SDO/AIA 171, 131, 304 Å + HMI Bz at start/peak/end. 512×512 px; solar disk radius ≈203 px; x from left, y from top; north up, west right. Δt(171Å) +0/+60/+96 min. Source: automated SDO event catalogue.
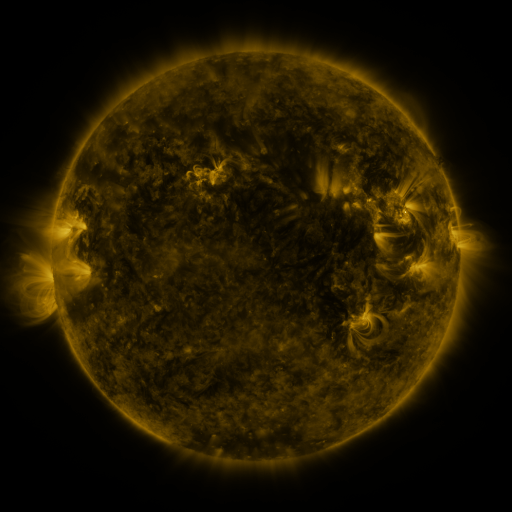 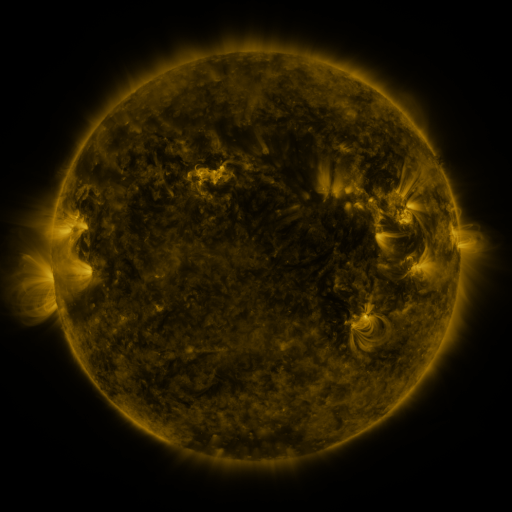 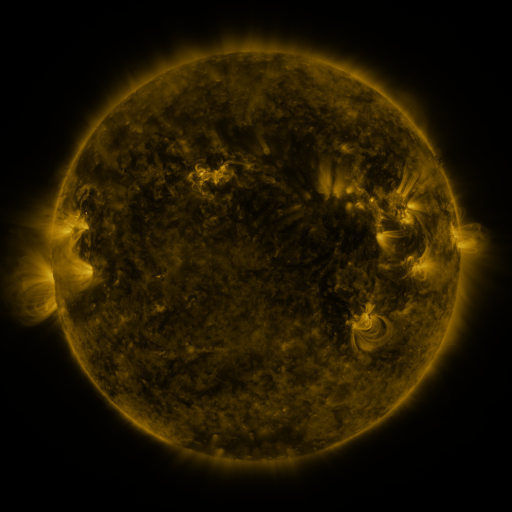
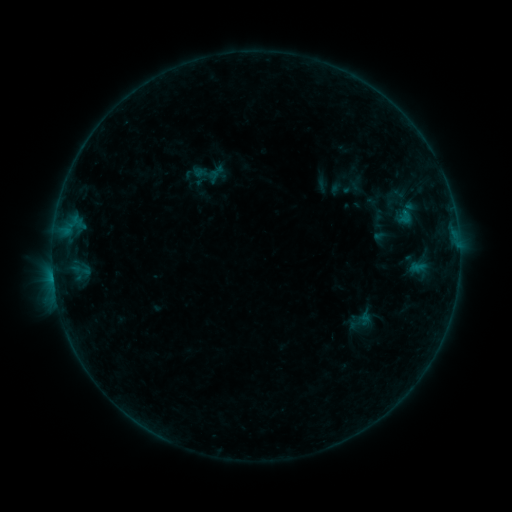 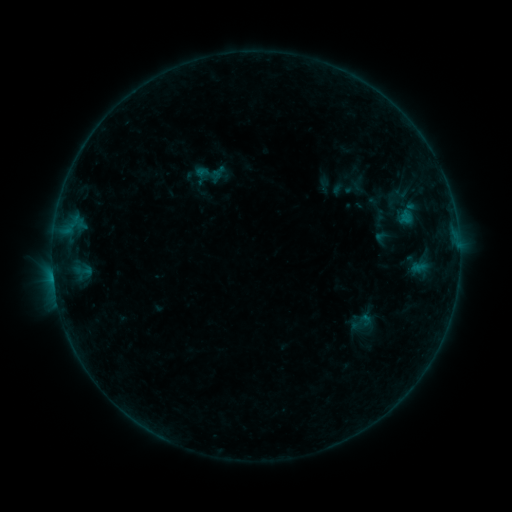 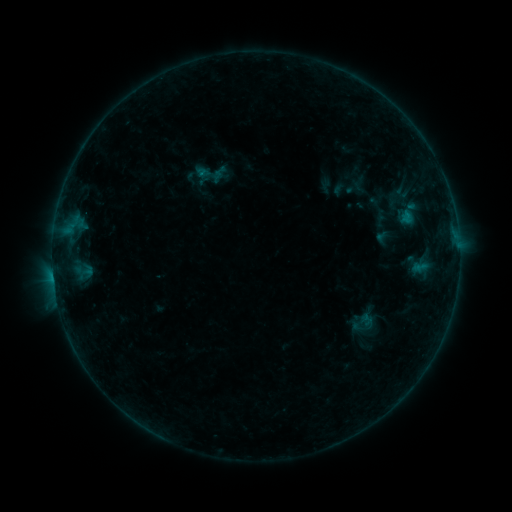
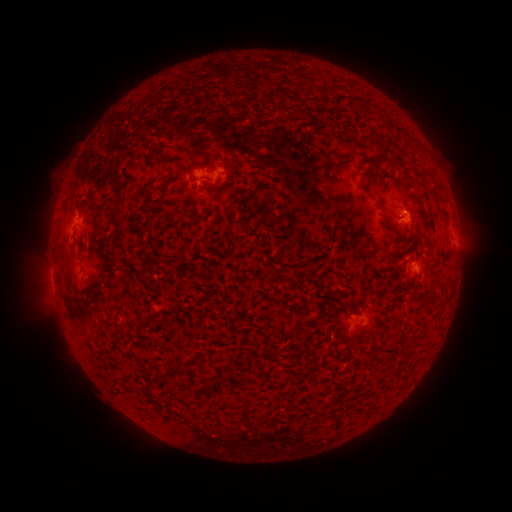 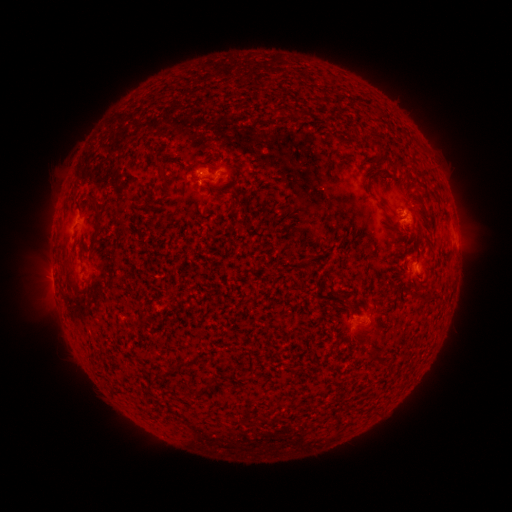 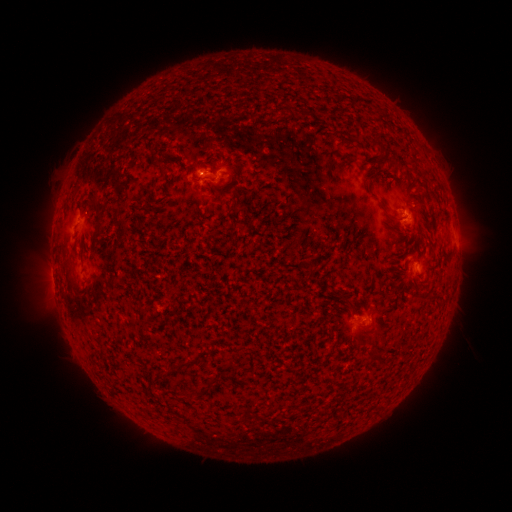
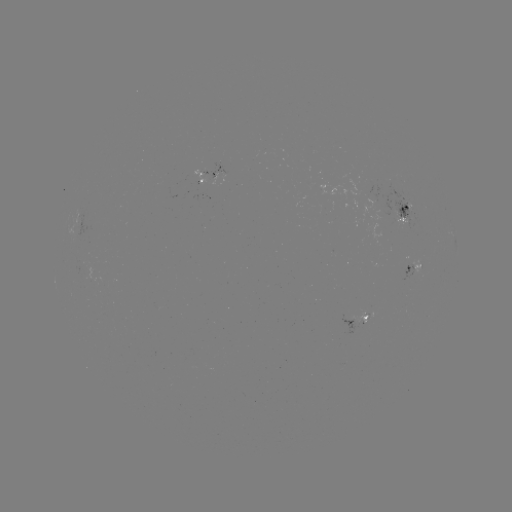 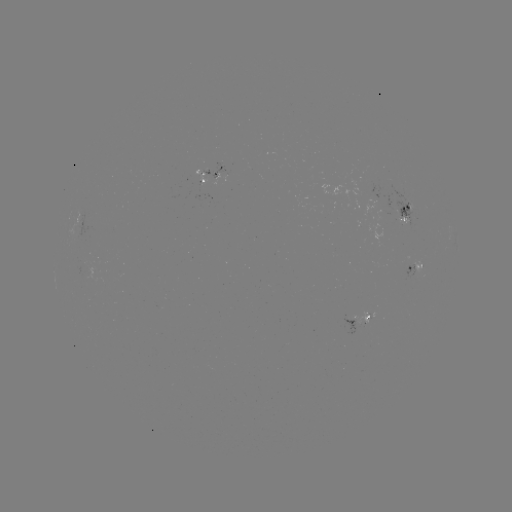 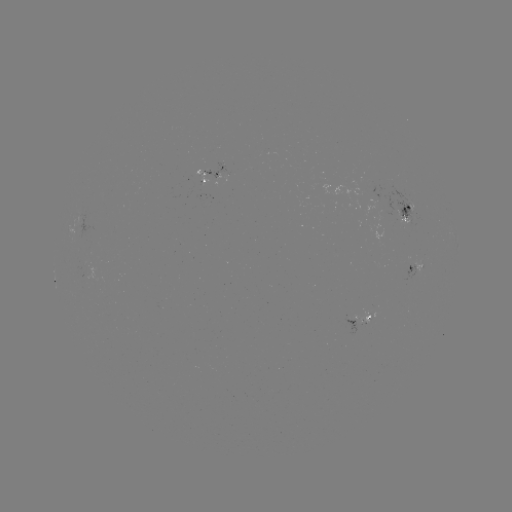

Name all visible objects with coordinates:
emerging-flux region: (367, 316)
